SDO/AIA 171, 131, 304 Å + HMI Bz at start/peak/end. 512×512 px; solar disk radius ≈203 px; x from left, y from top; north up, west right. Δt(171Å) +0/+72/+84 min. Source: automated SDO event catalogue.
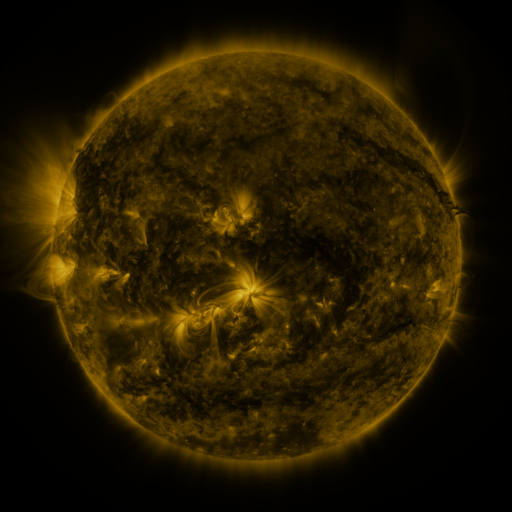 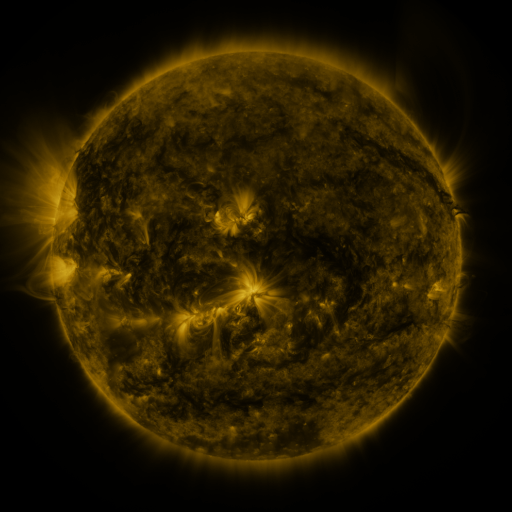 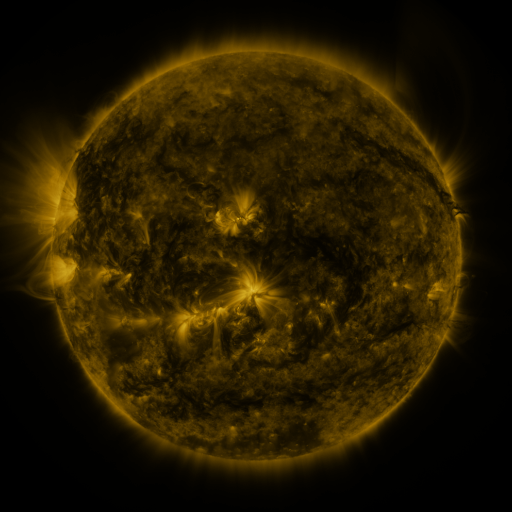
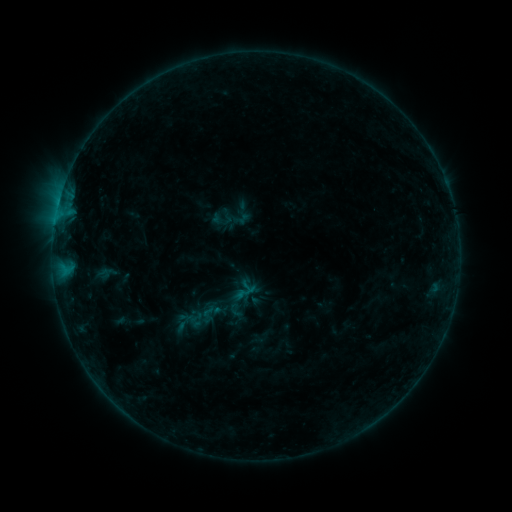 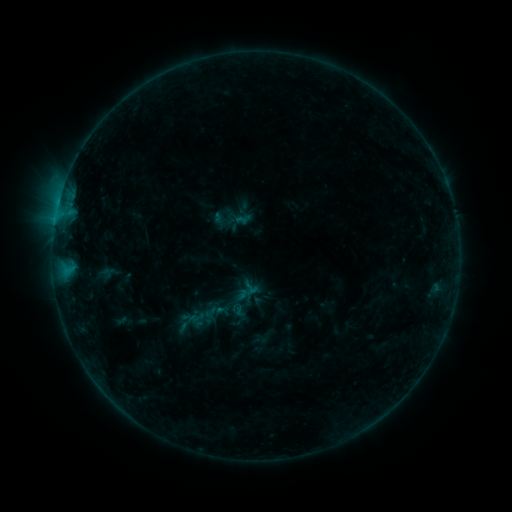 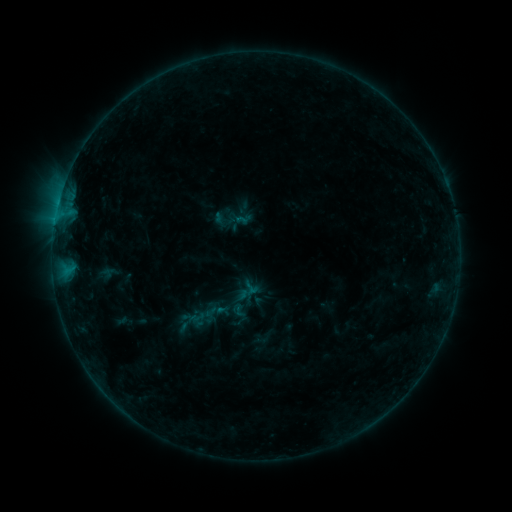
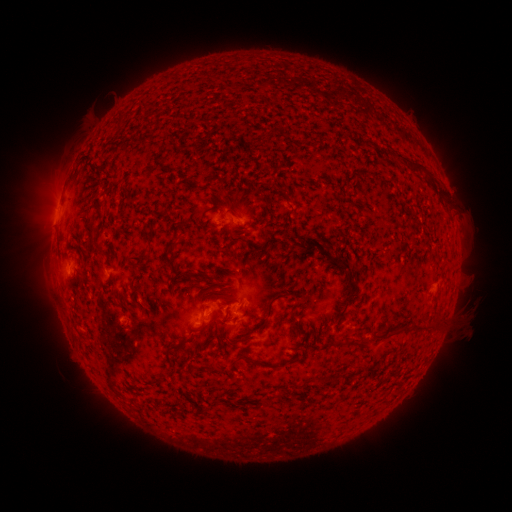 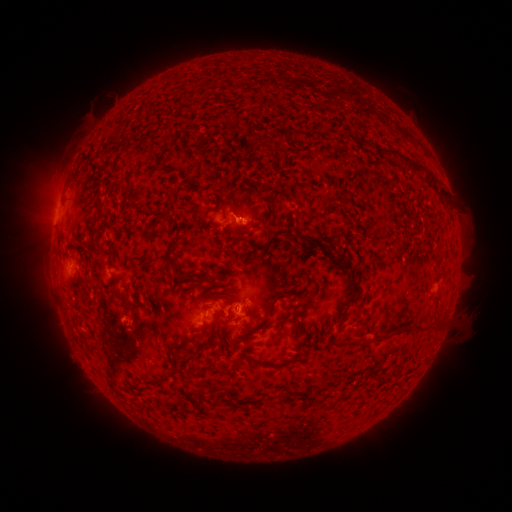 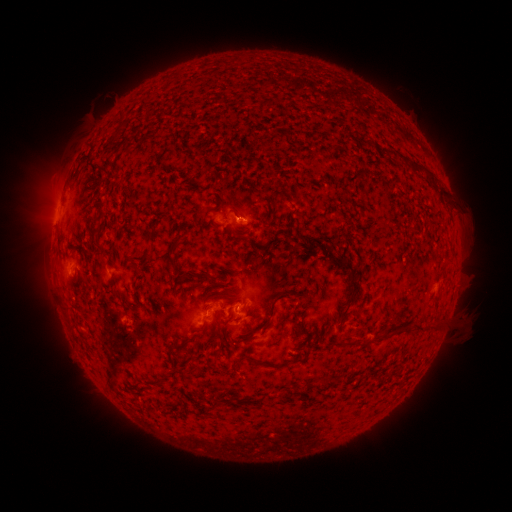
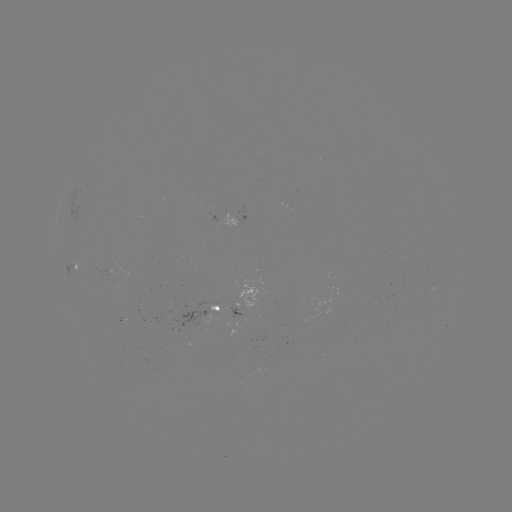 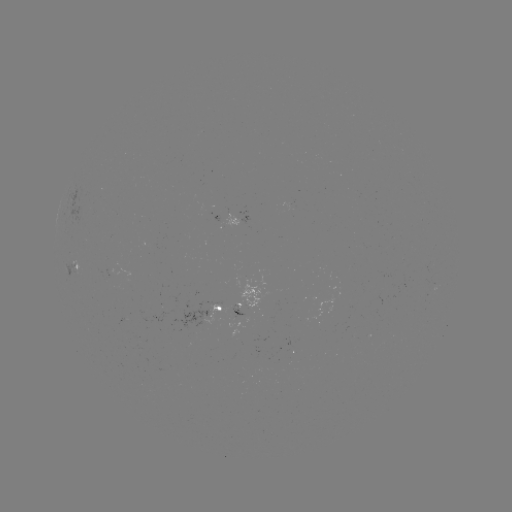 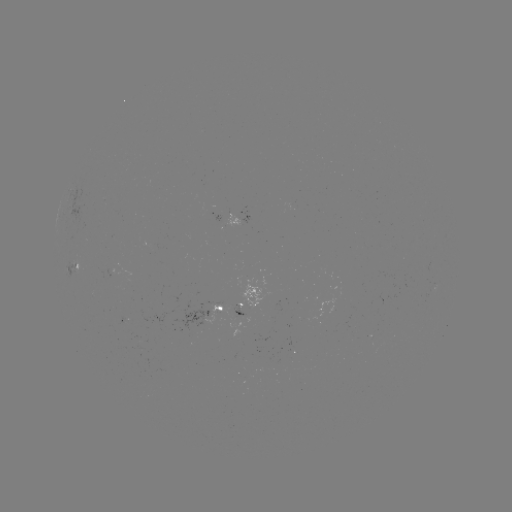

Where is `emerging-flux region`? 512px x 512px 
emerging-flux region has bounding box [219, 310, 243, 317].